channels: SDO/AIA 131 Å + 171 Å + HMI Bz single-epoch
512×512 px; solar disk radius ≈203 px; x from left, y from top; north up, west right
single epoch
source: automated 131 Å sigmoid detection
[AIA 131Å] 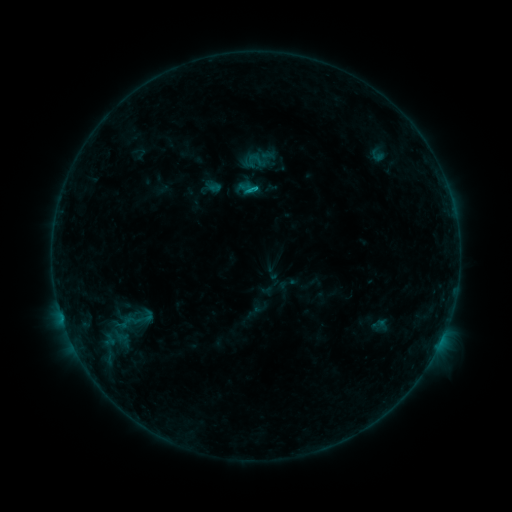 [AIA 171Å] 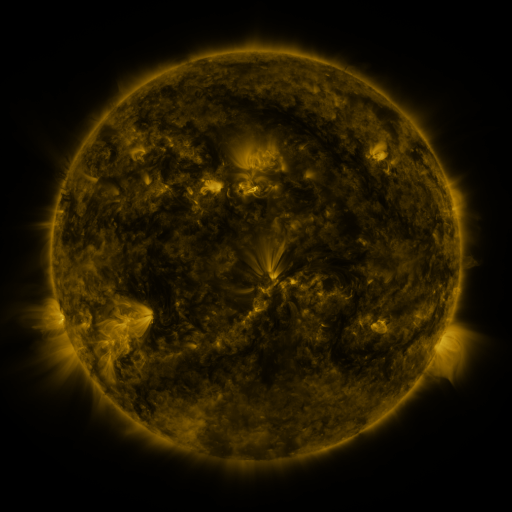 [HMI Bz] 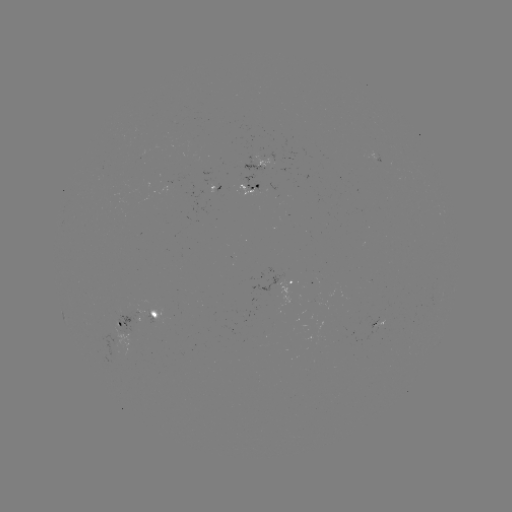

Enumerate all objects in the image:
sigmoid: (132, 321)
